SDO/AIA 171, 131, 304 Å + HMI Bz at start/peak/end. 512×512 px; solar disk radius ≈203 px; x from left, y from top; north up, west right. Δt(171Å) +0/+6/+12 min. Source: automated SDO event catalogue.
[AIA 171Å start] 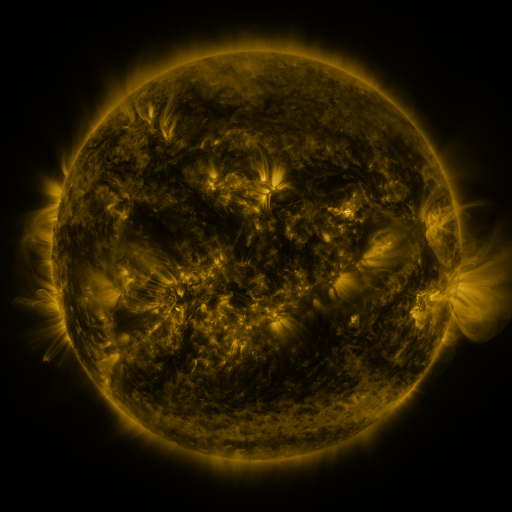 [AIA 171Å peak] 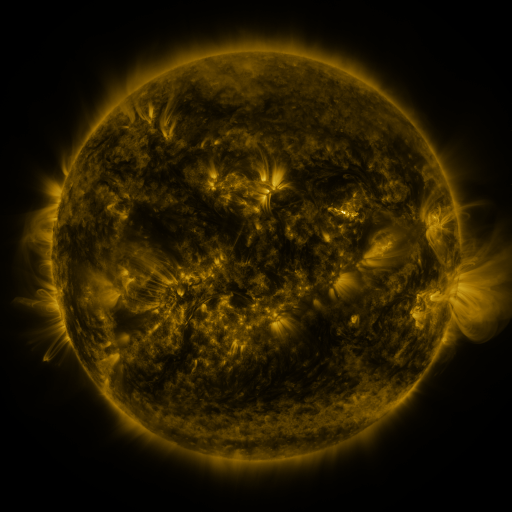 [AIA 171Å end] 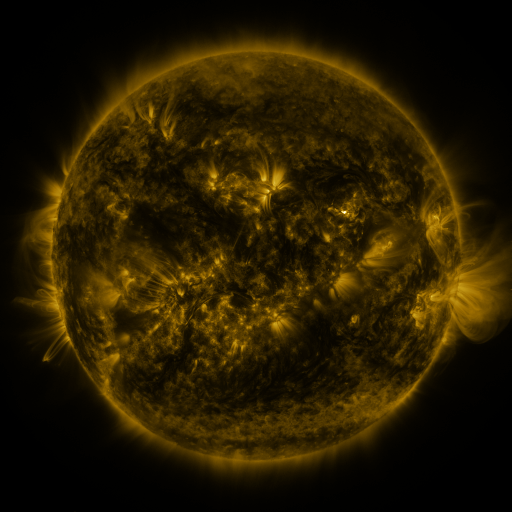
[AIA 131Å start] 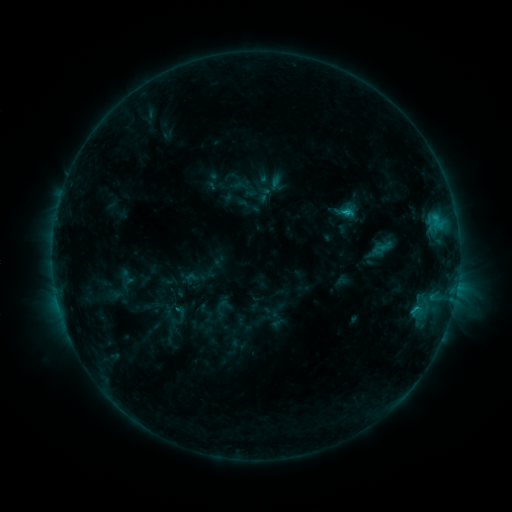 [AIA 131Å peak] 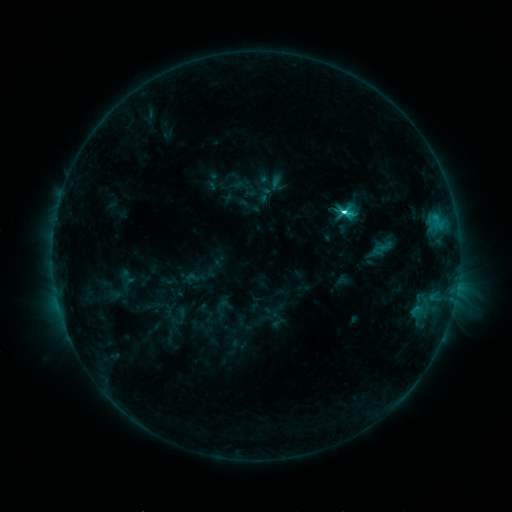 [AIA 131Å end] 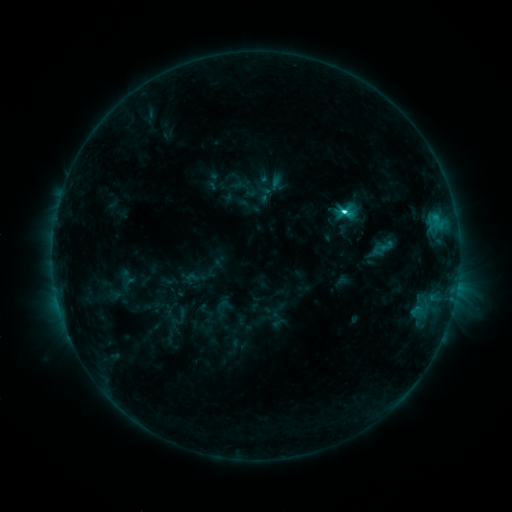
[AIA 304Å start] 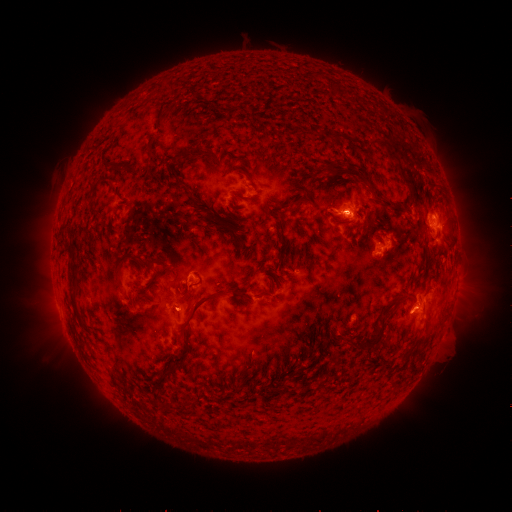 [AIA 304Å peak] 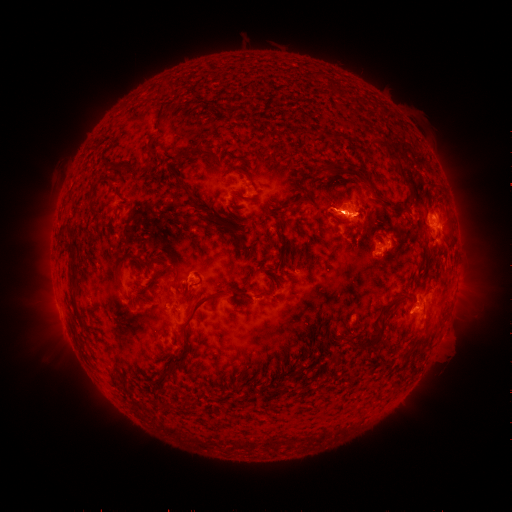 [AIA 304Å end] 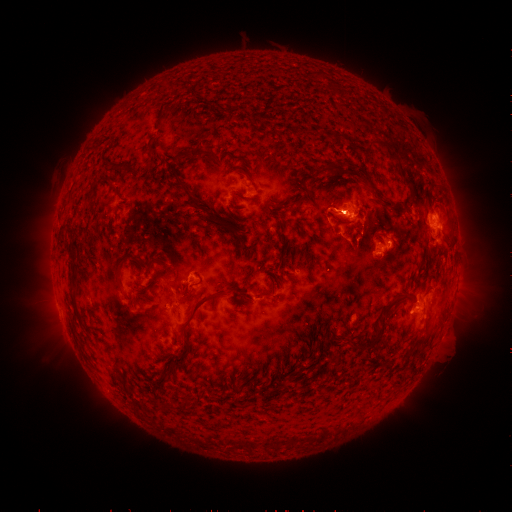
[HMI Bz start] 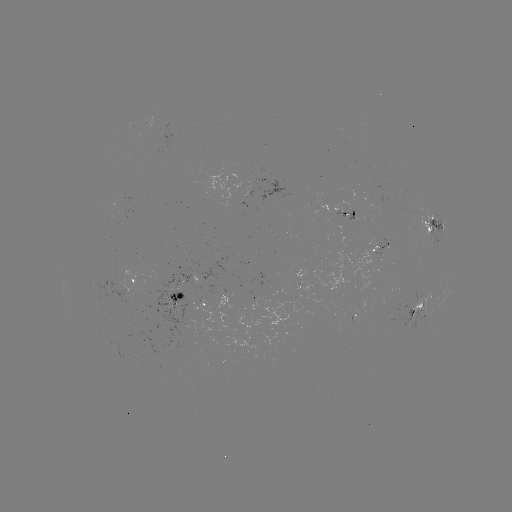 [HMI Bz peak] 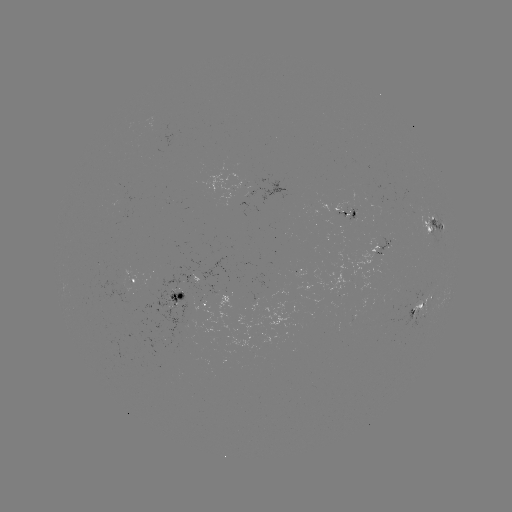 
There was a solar flare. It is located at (341, 214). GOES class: C5.6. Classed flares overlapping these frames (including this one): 1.